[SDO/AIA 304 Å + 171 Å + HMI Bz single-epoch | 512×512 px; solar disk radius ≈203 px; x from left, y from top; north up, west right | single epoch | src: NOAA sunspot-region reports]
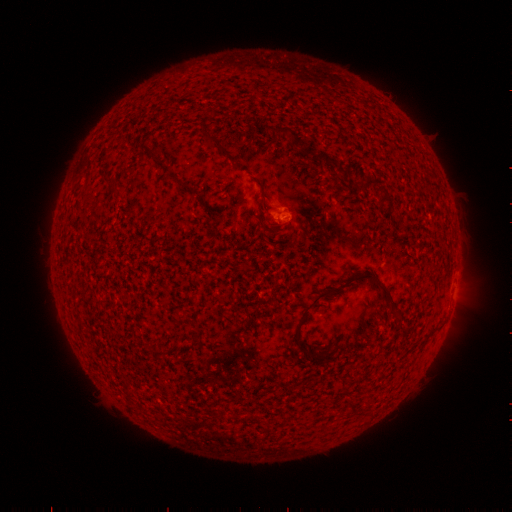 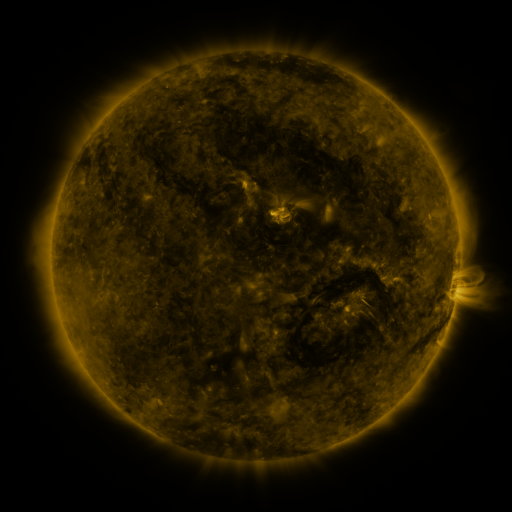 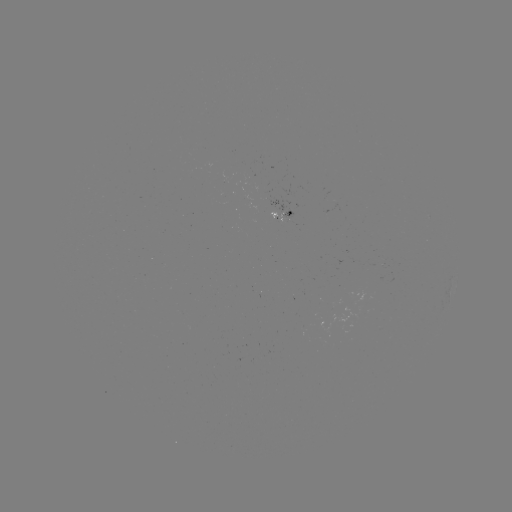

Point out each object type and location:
(none)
